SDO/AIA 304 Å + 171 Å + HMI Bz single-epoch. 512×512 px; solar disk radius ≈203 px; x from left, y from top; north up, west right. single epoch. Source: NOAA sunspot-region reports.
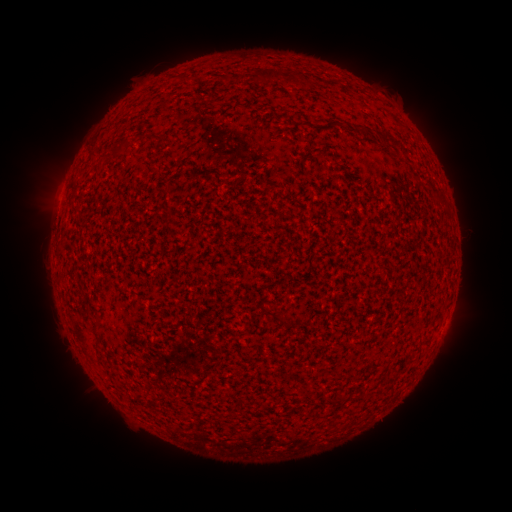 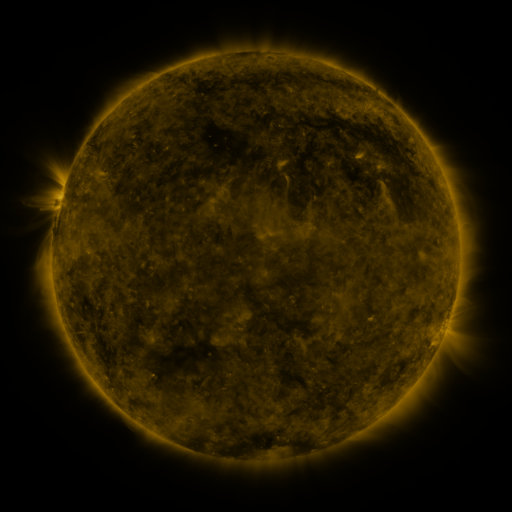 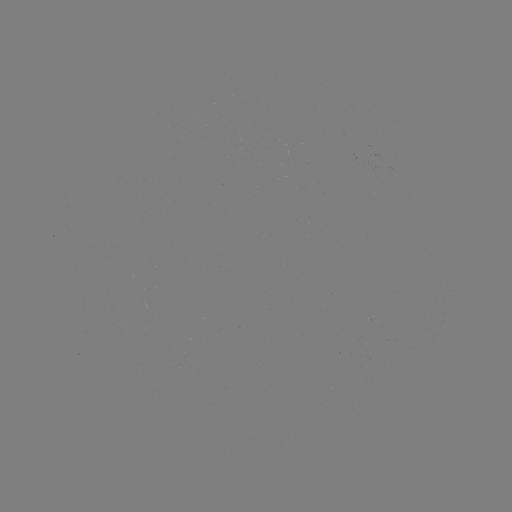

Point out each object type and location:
(none)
